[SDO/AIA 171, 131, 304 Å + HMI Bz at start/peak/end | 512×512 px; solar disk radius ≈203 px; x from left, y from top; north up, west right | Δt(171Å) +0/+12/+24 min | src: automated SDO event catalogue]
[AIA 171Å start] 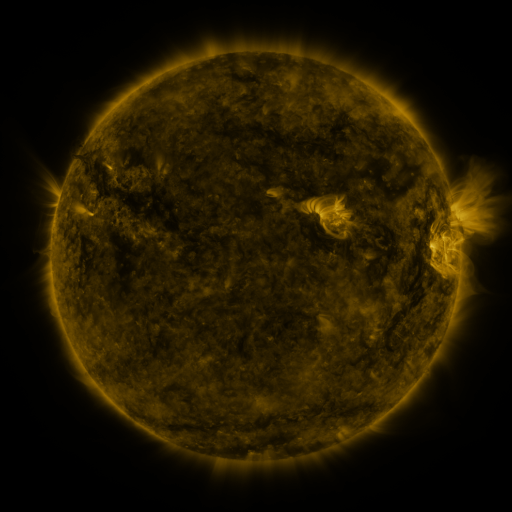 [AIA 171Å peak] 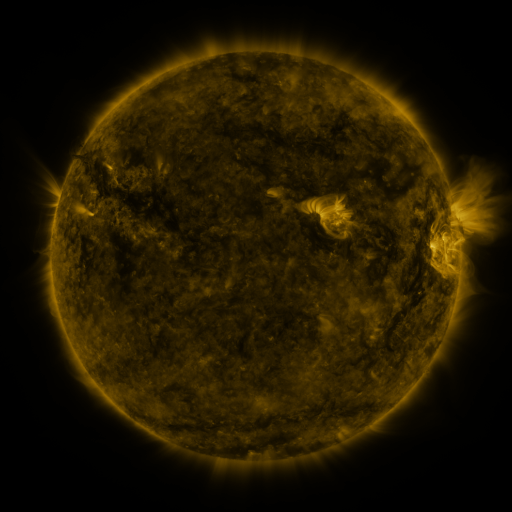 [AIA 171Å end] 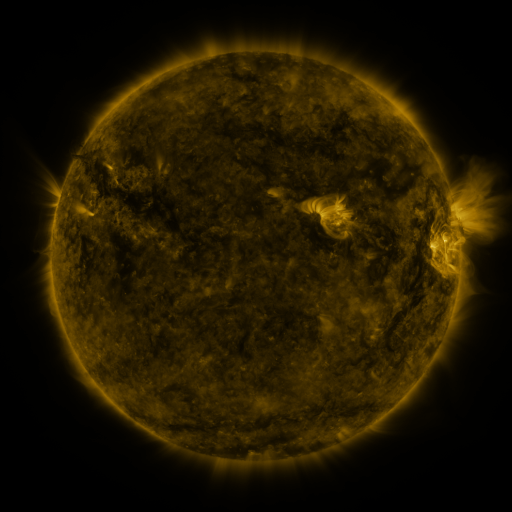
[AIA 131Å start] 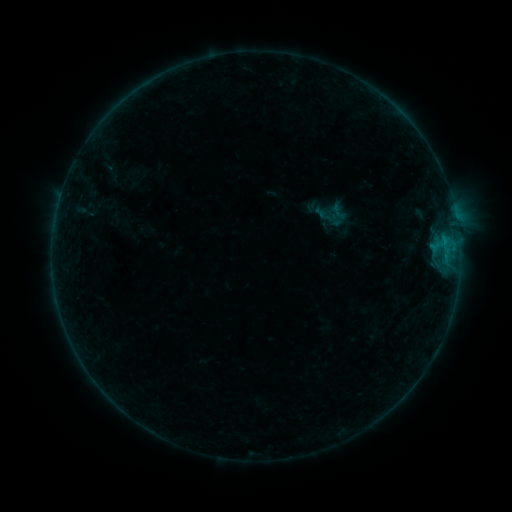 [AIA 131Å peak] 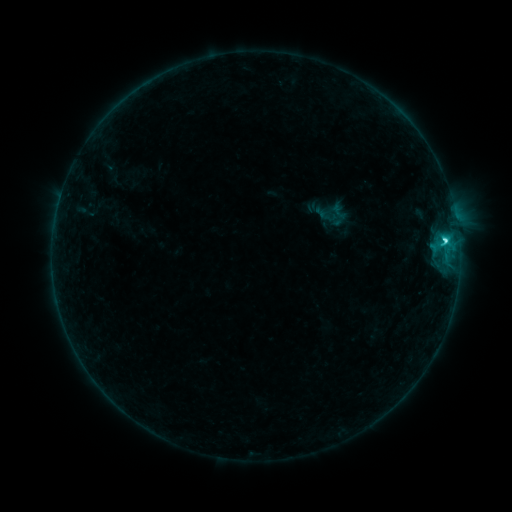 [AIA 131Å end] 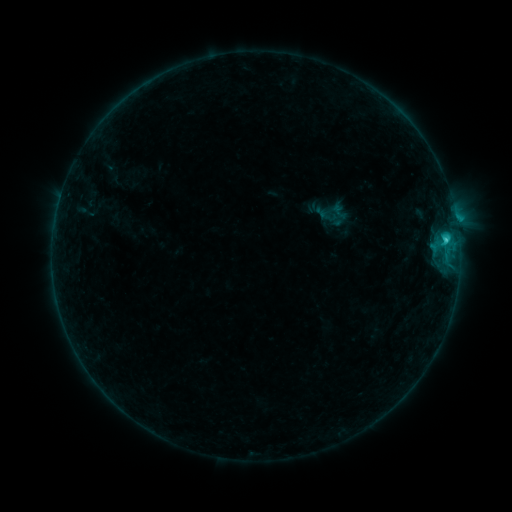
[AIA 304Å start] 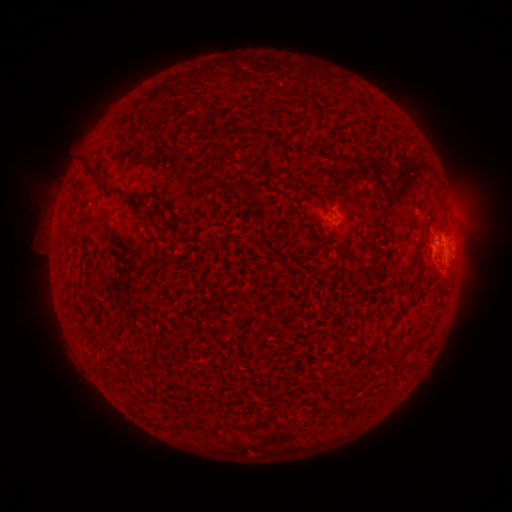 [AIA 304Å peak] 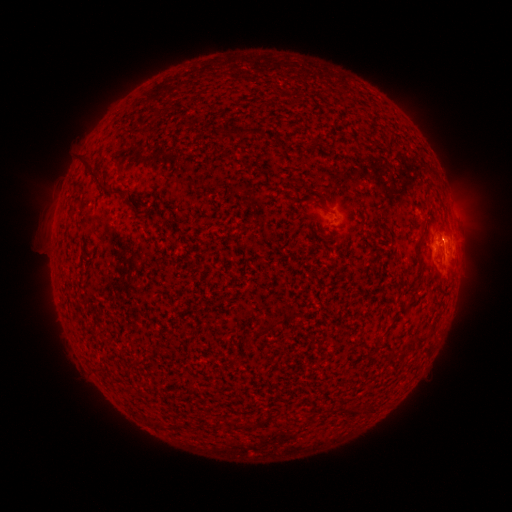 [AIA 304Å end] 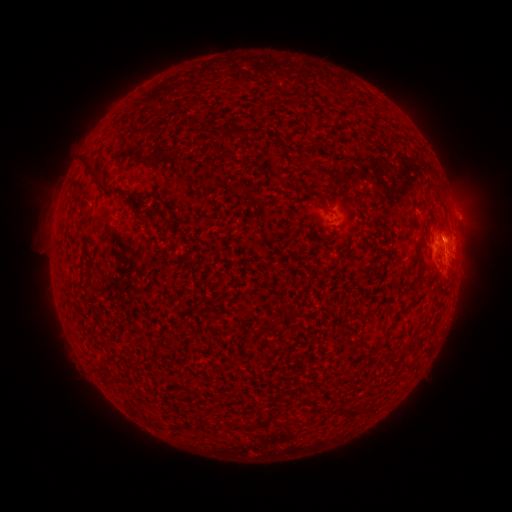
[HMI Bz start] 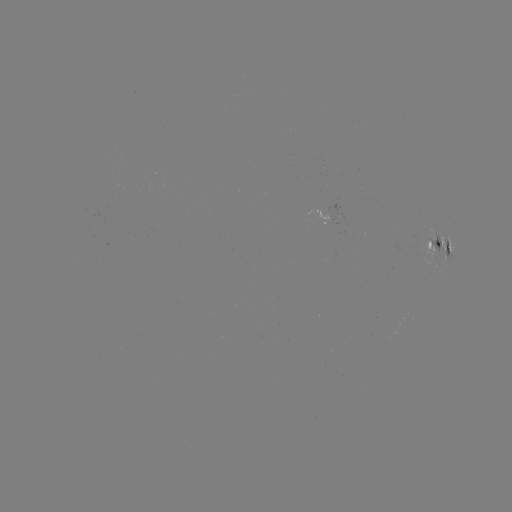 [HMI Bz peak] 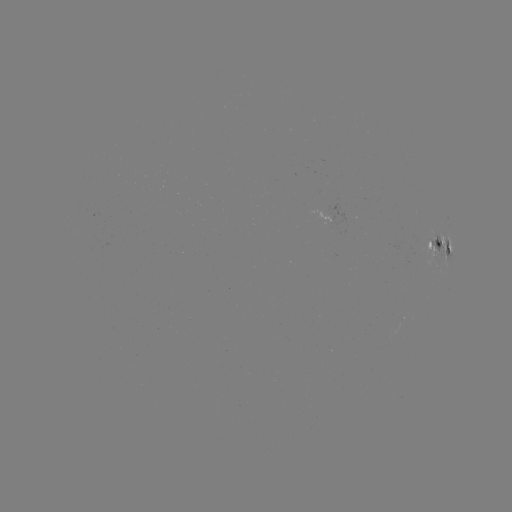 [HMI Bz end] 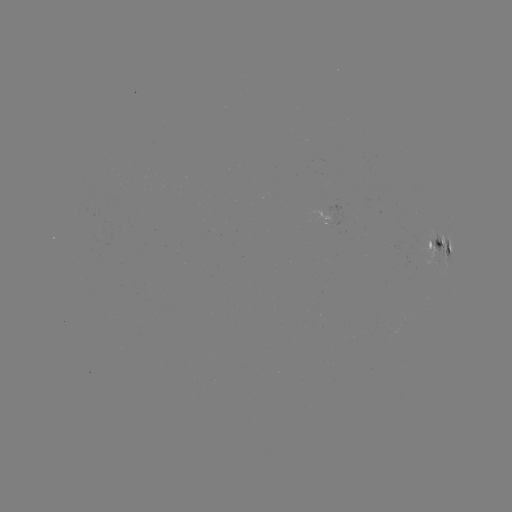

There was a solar flare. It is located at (444, 241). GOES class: C2.4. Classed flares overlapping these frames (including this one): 1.